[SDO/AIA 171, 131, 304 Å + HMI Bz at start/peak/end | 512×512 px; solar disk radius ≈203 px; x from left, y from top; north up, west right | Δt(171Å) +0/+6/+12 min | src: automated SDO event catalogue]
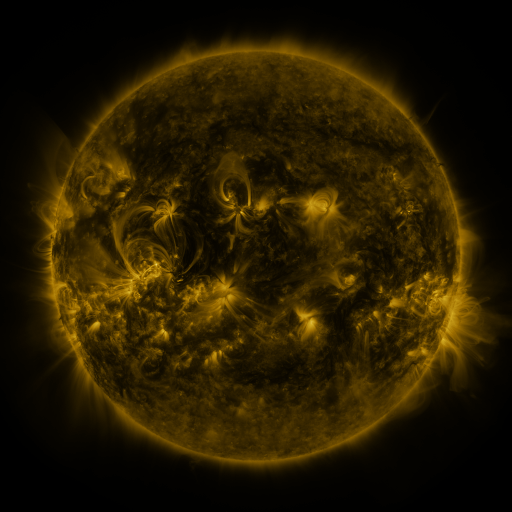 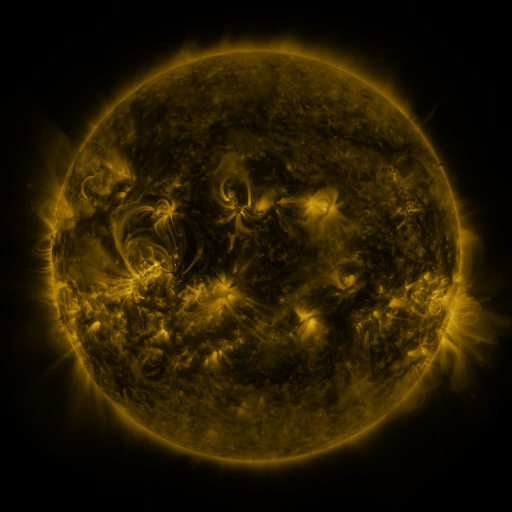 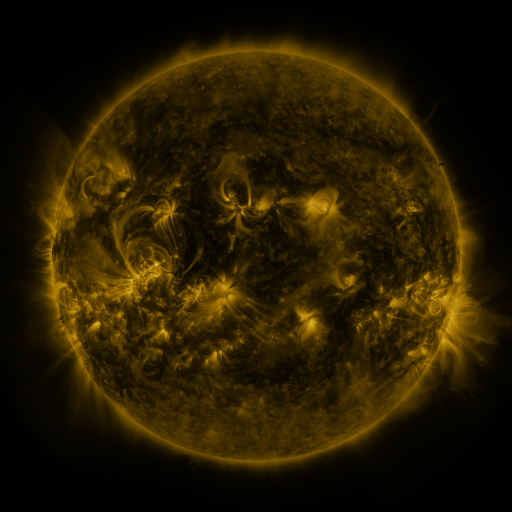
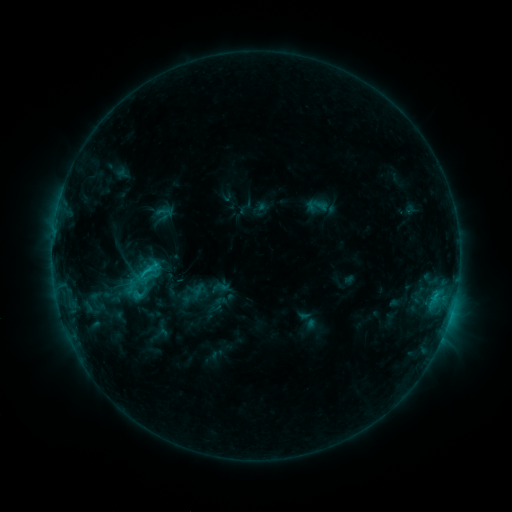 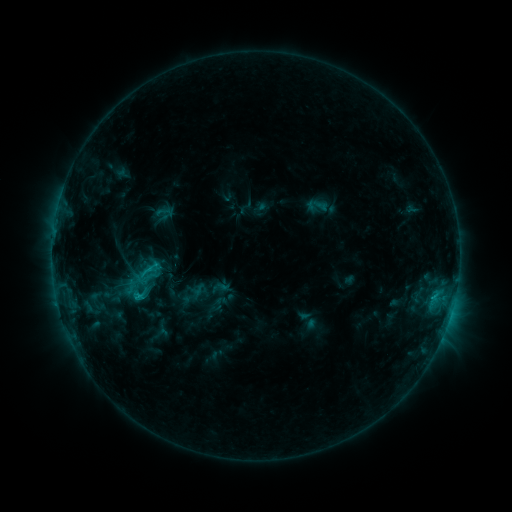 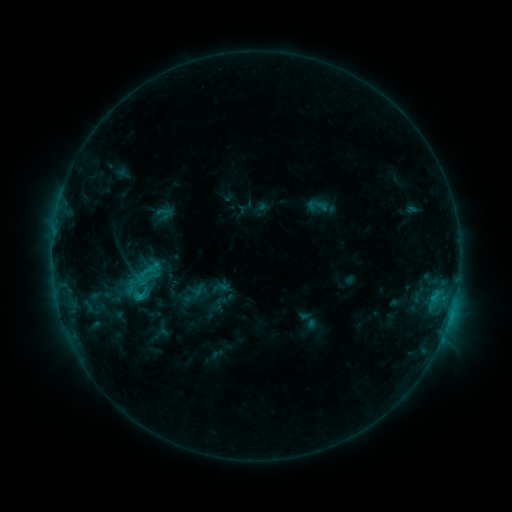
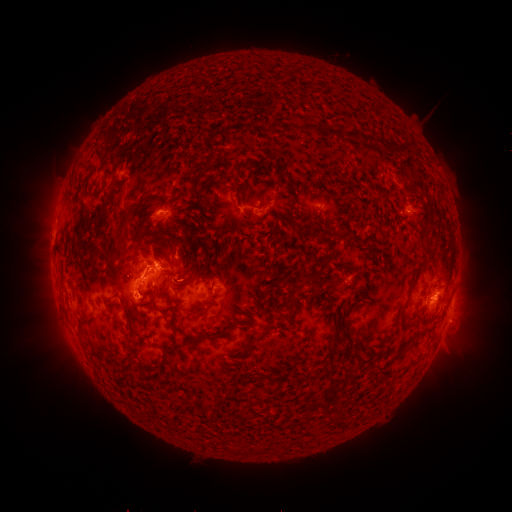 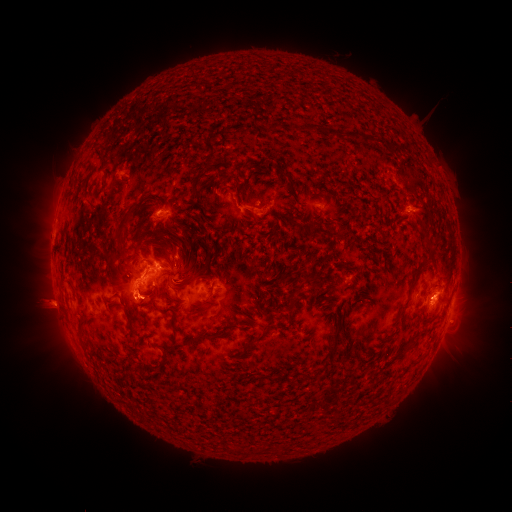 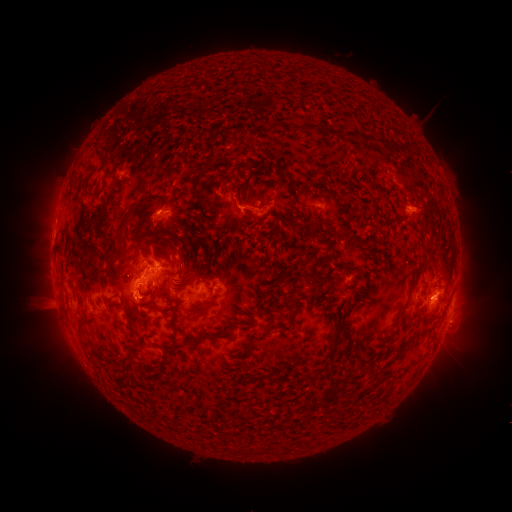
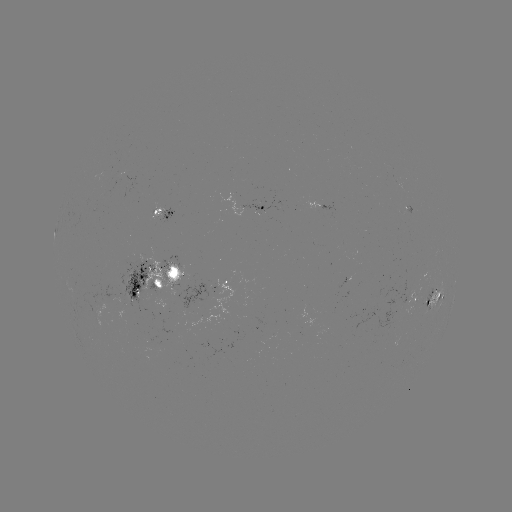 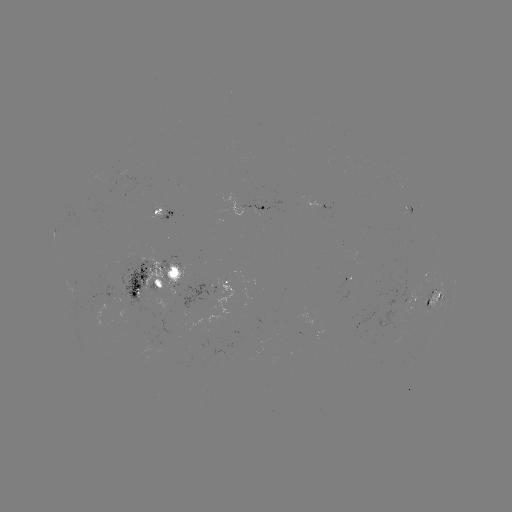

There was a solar eruption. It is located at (44, 307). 